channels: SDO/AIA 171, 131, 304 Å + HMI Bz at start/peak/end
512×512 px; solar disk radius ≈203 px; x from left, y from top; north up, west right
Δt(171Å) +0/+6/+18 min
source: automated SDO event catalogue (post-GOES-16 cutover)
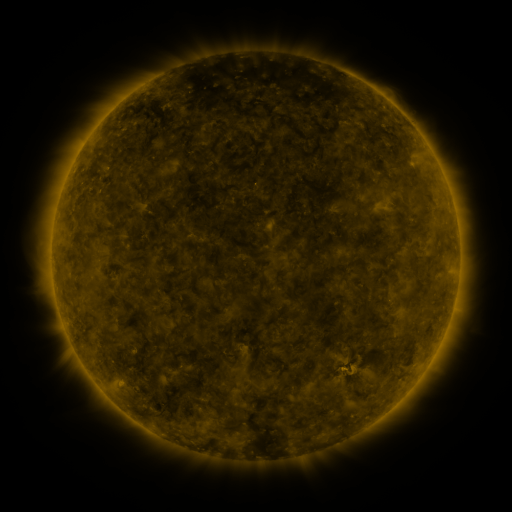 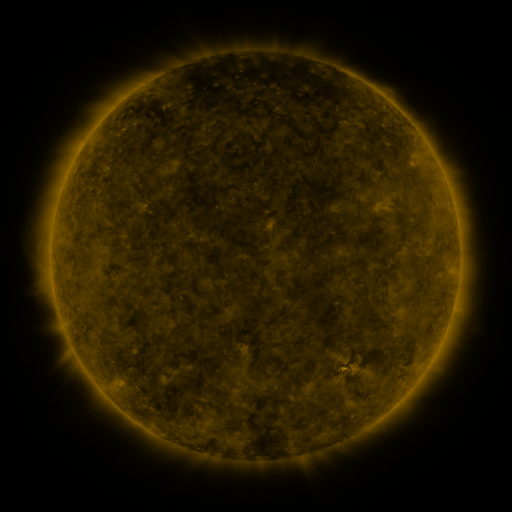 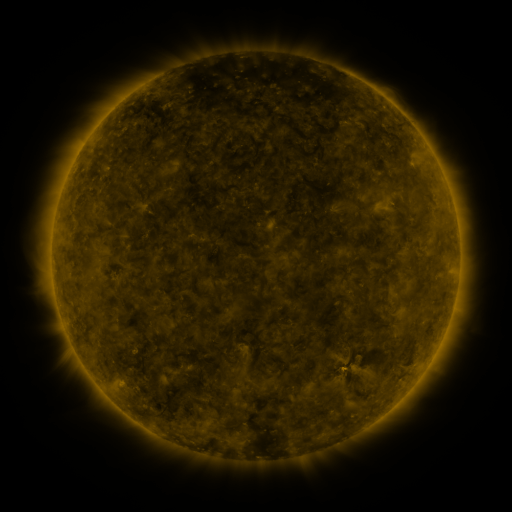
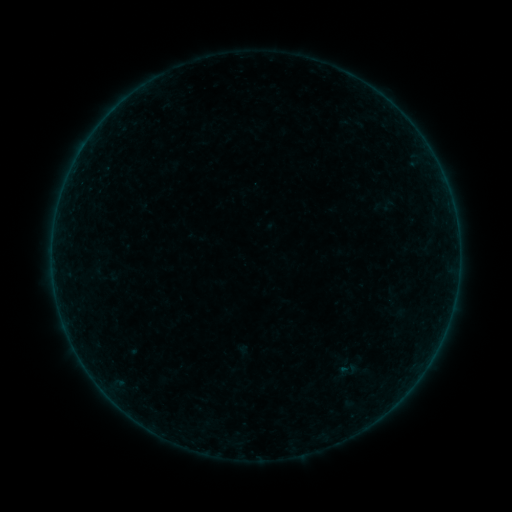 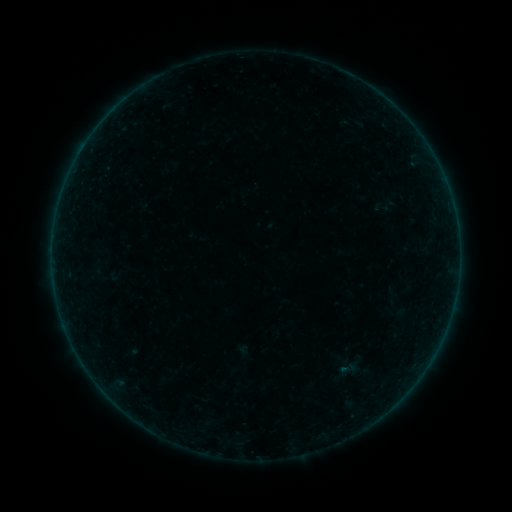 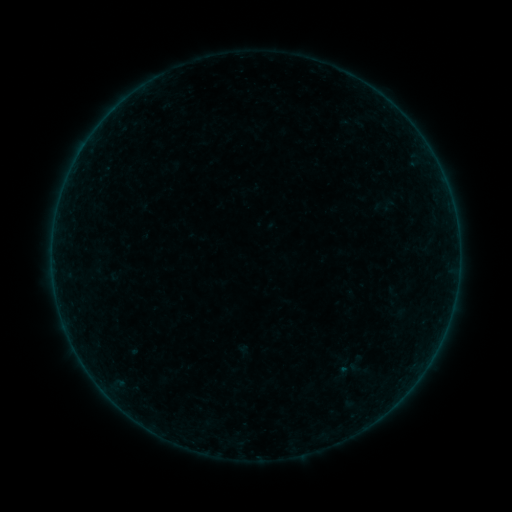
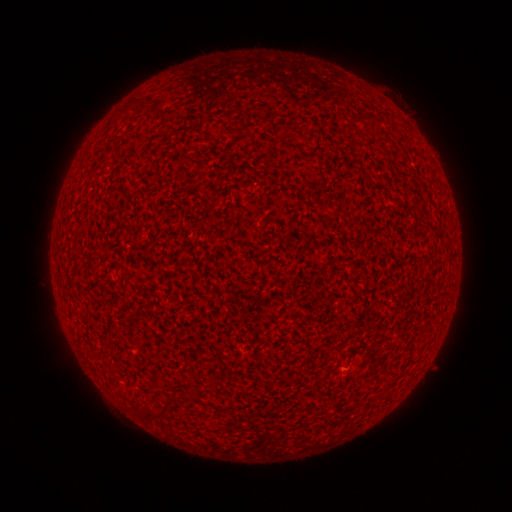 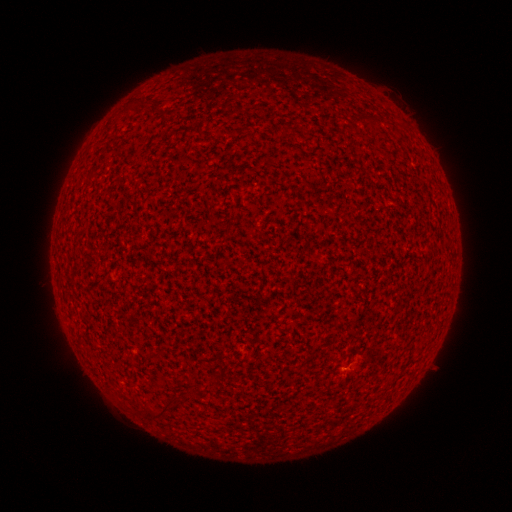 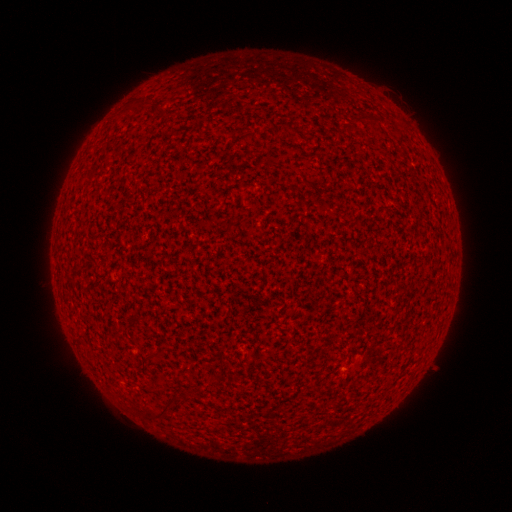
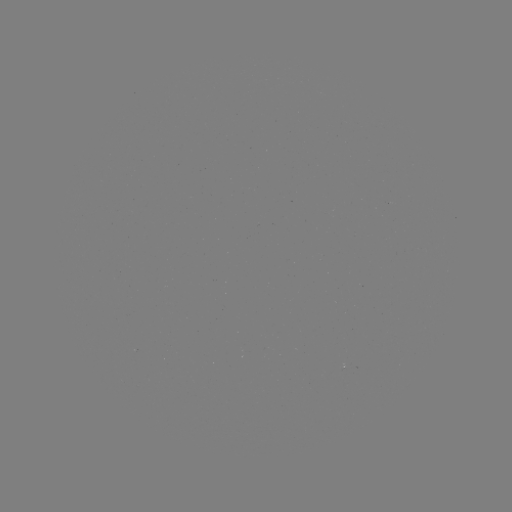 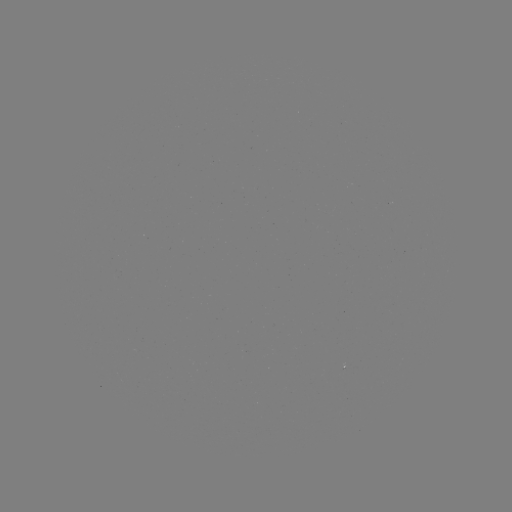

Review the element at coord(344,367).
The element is A1.5 flare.